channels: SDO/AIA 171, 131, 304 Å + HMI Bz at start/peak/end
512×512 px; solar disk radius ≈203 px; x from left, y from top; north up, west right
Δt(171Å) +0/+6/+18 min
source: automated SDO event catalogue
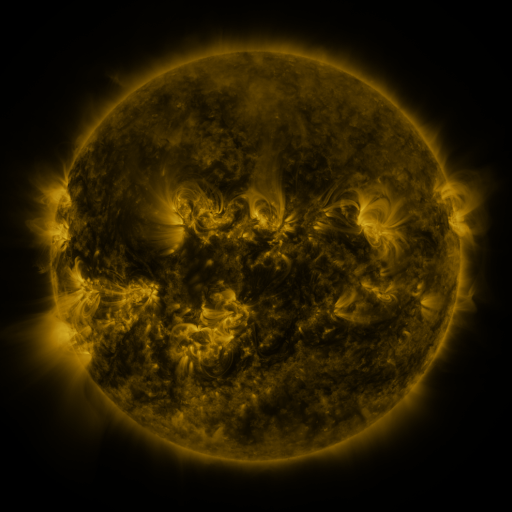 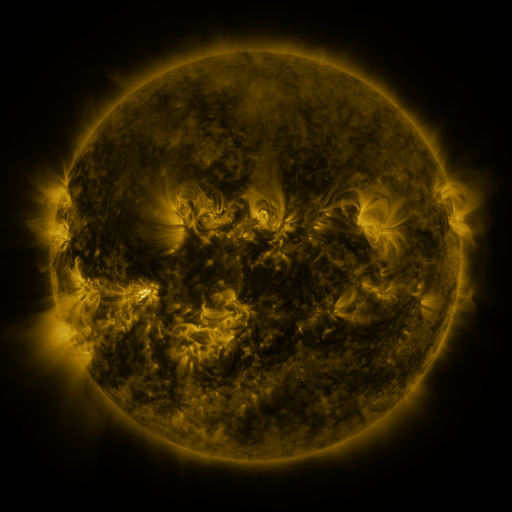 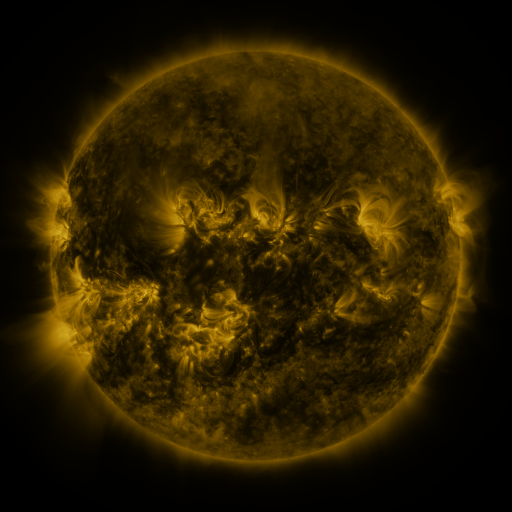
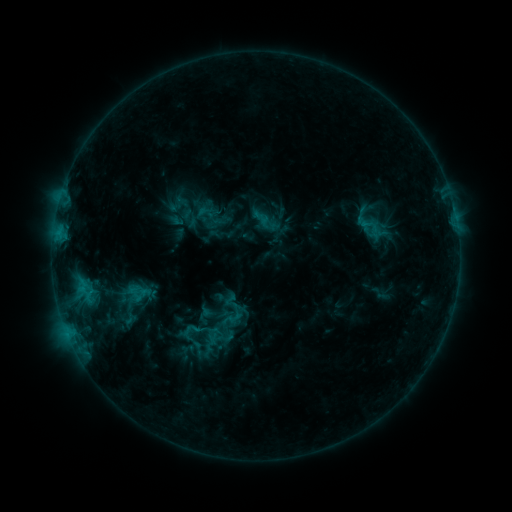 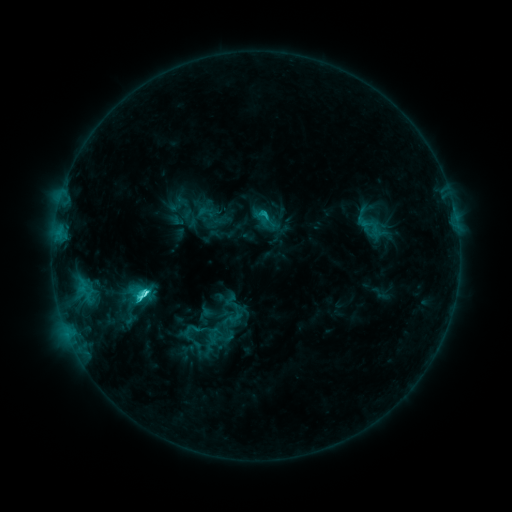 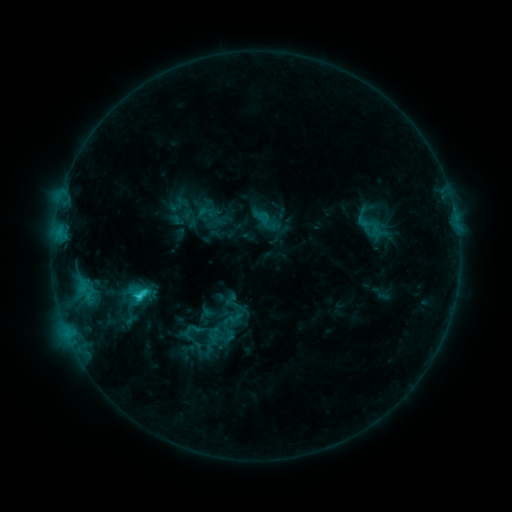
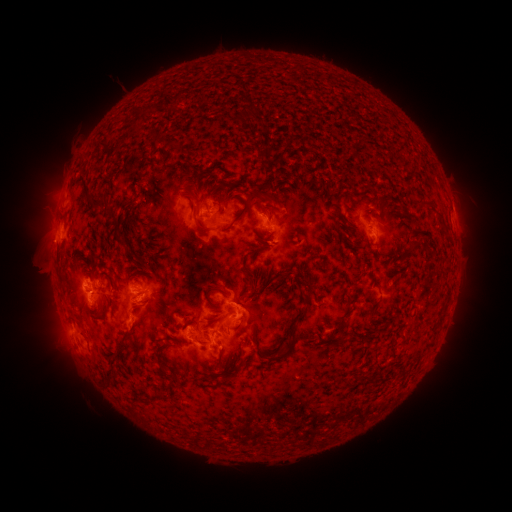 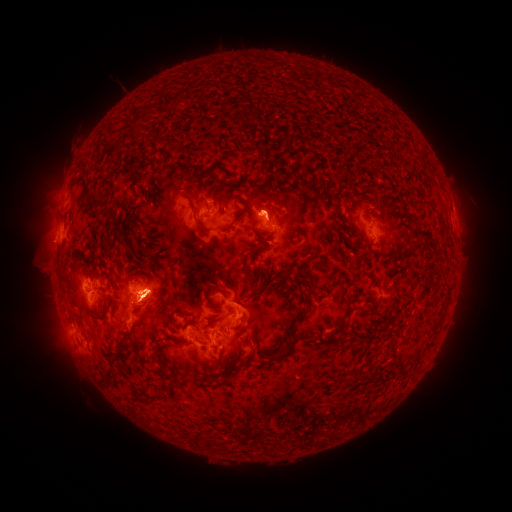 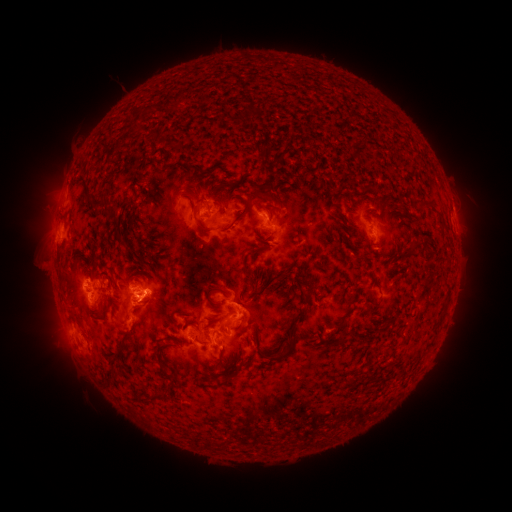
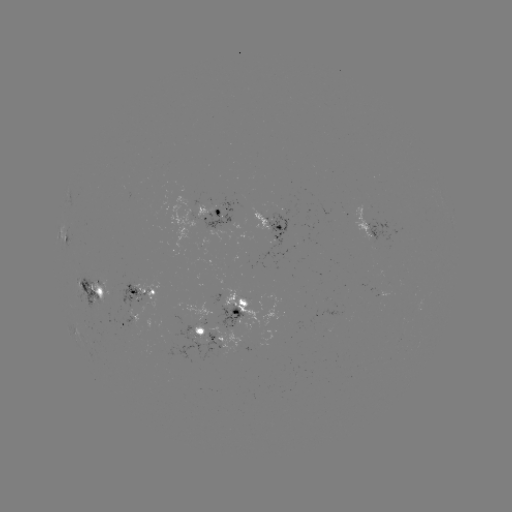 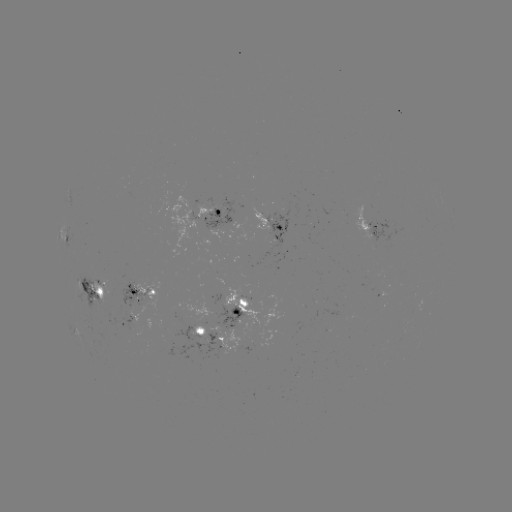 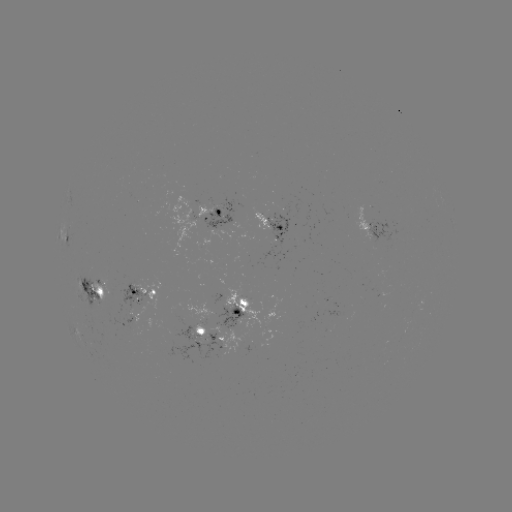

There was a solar flare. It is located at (145, 293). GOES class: C4.2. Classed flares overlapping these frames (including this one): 1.